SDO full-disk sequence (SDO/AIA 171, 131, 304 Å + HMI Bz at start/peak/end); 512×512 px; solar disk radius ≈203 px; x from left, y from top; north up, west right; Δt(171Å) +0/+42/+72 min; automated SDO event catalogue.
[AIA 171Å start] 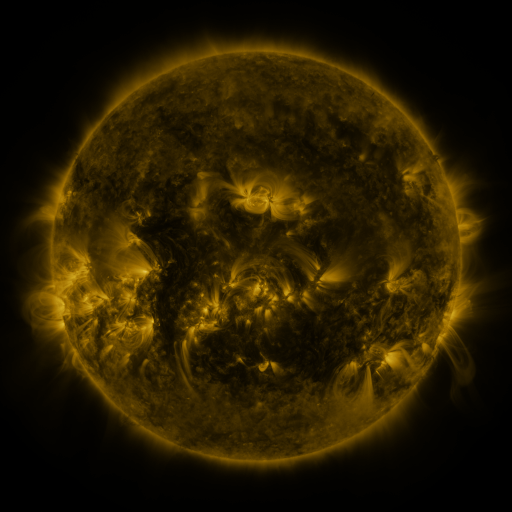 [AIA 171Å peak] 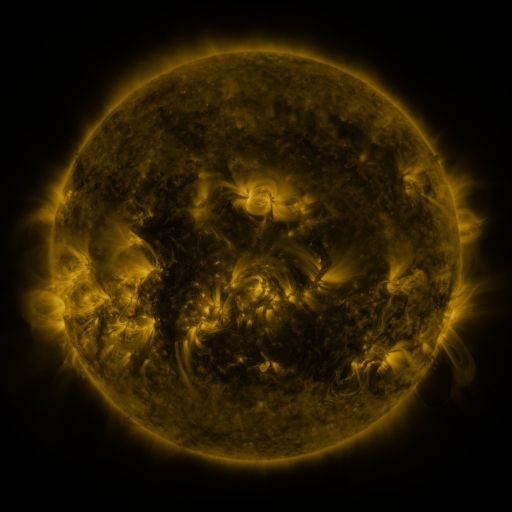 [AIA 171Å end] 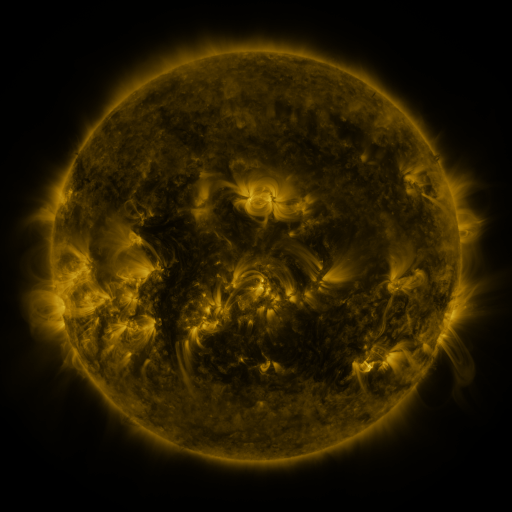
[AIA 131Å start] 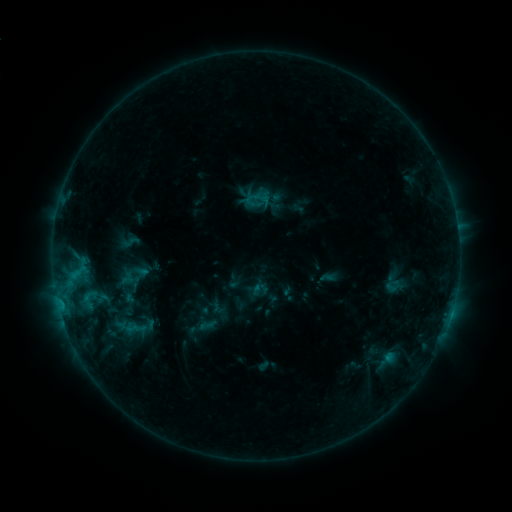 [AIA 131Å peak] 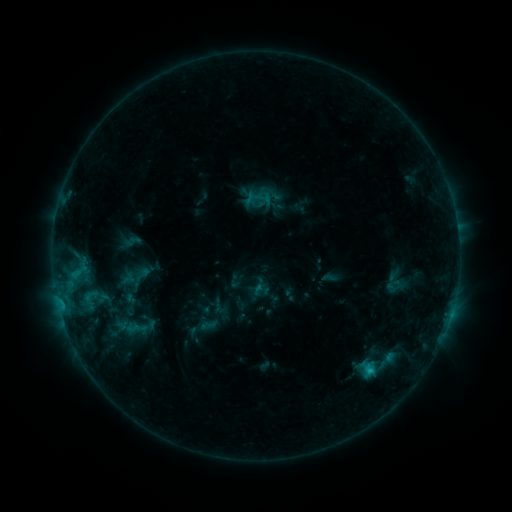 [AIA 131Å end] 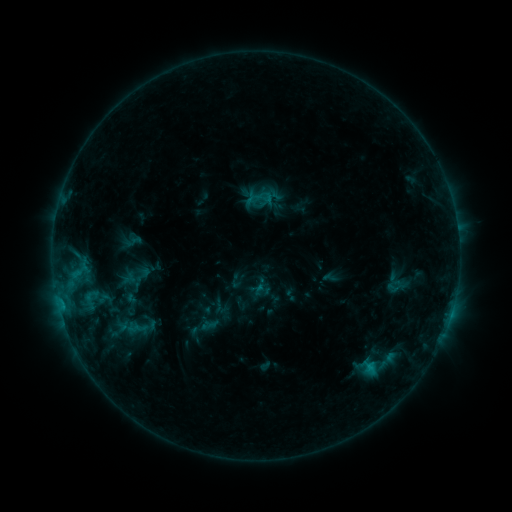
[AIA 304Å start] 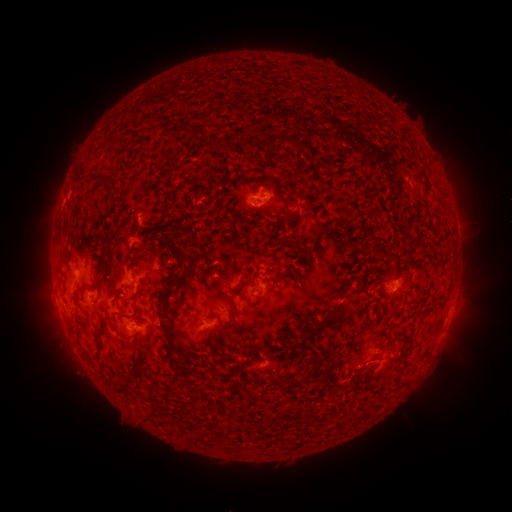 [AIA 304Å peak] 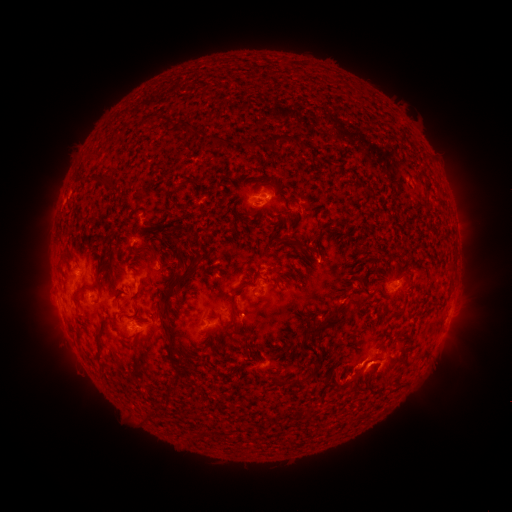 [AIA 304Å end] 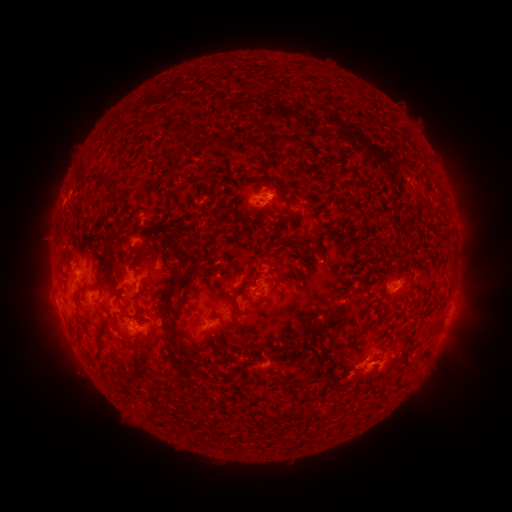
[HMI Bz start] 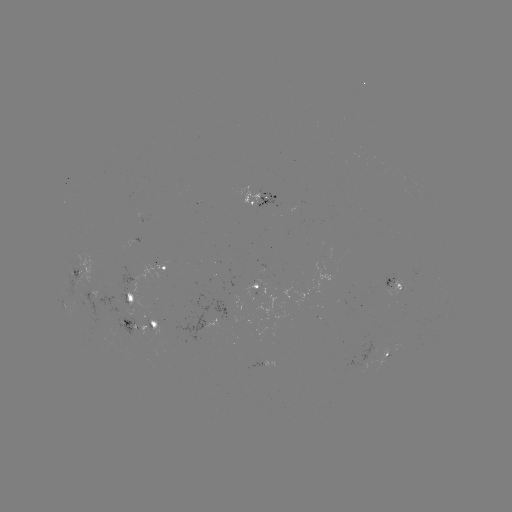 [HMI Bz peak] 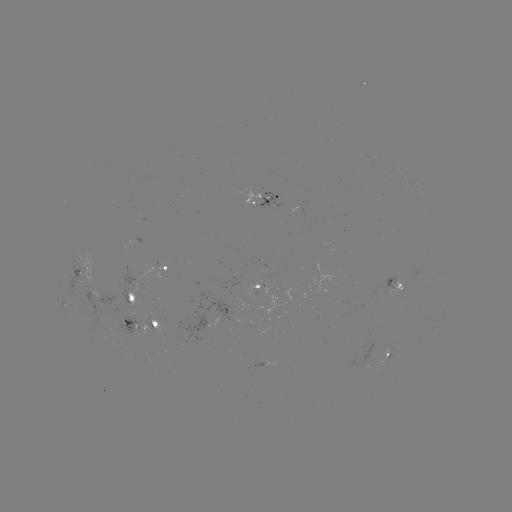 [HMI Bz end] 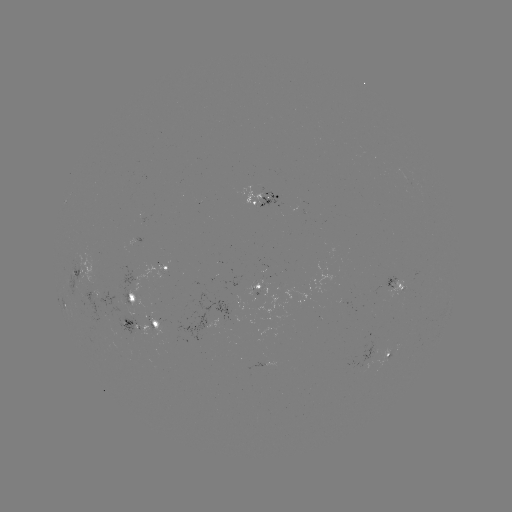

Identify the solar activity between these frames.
C1.5 flare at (369, 370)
